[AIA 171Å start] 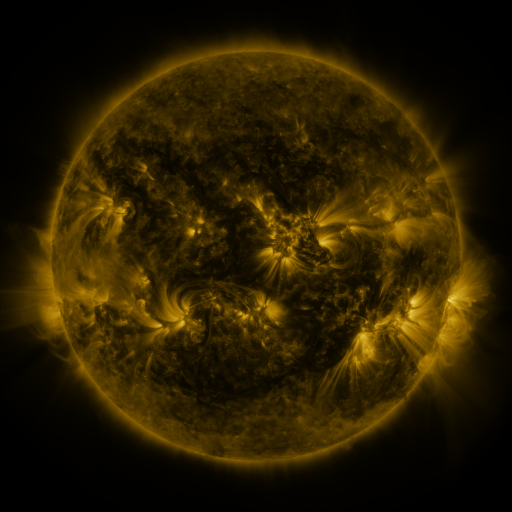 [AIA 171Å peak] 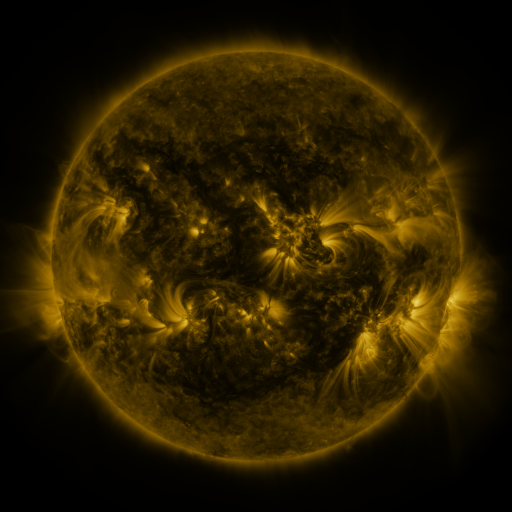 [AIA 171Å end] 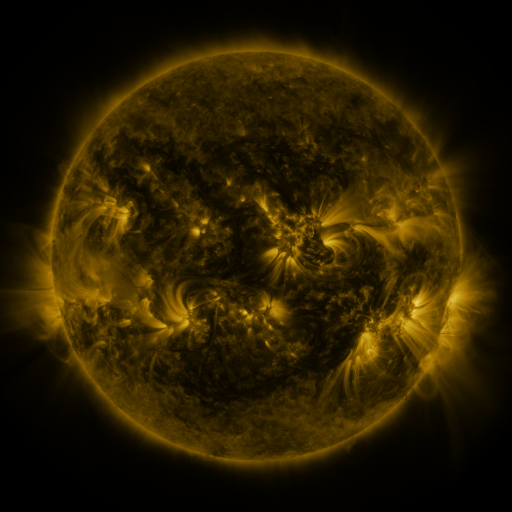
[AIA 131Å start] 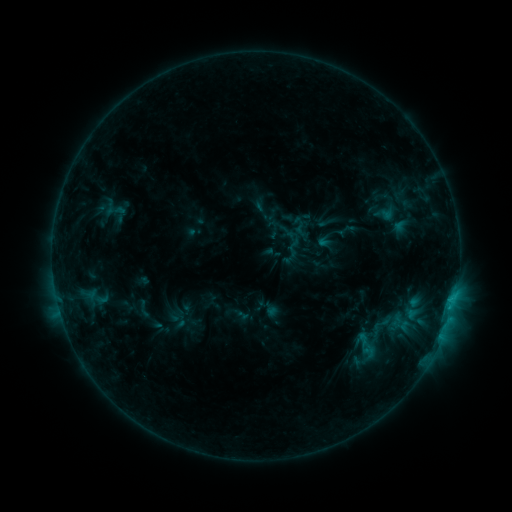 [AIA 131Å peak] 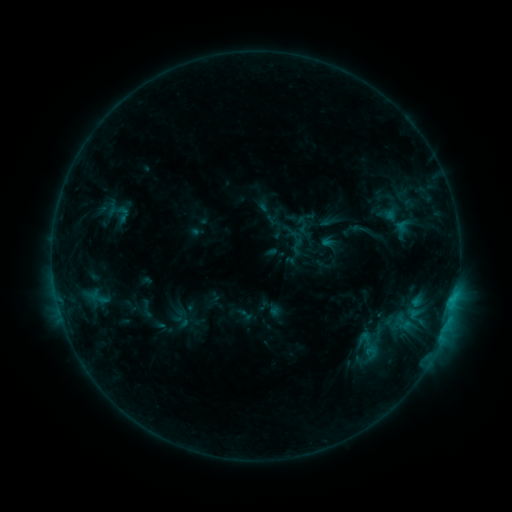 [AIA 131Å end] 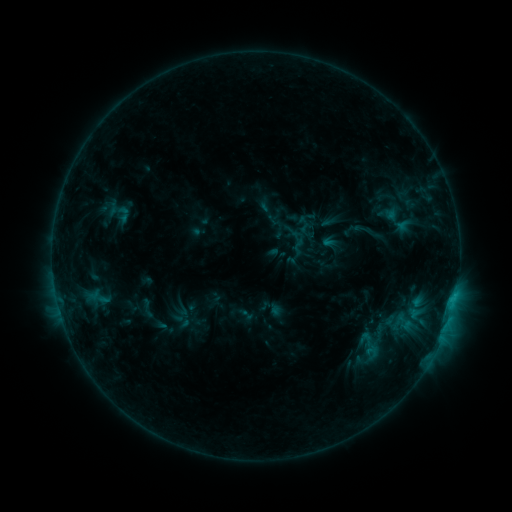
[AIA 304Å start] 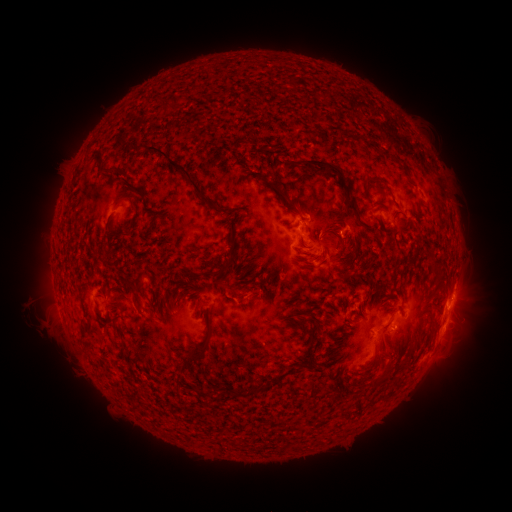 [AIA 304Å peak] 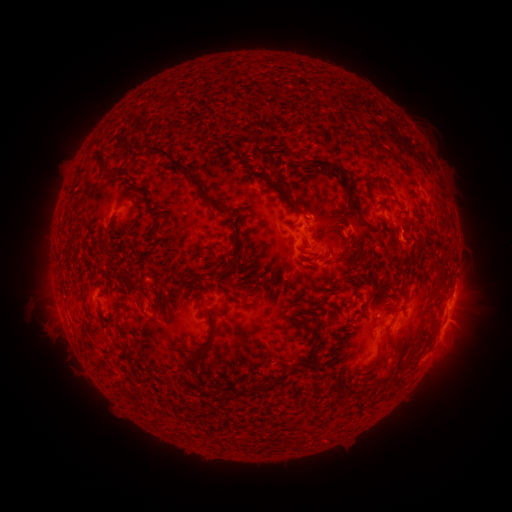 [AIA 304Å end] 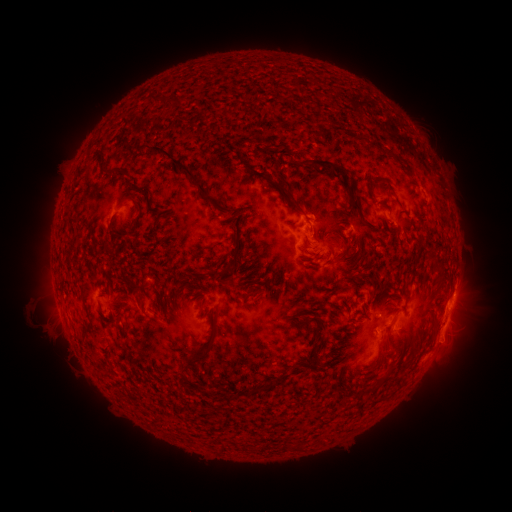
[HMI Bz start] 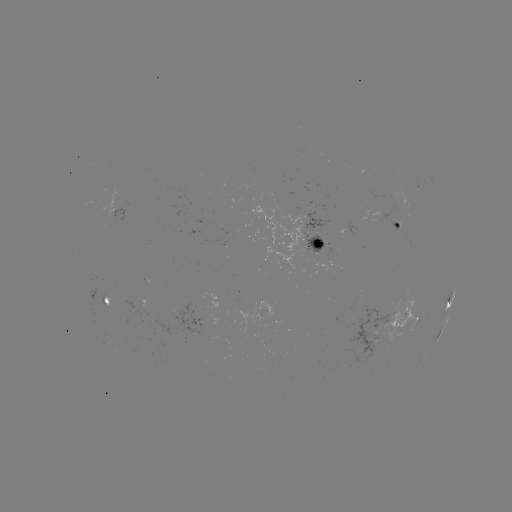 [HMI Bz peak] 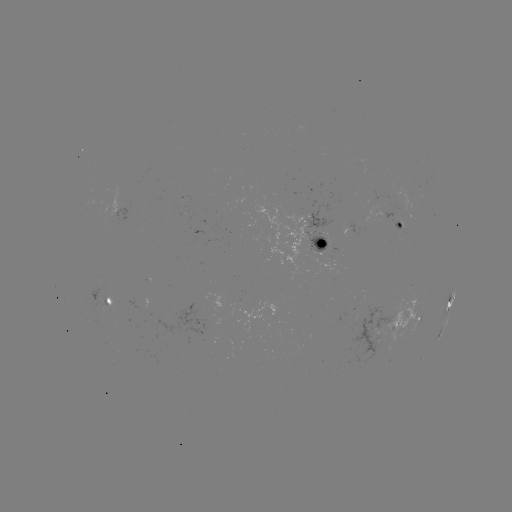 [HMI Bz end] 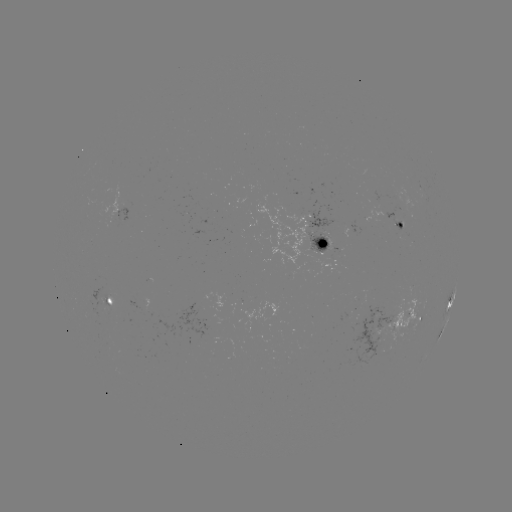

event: emerging-flux region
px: (322, 236)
